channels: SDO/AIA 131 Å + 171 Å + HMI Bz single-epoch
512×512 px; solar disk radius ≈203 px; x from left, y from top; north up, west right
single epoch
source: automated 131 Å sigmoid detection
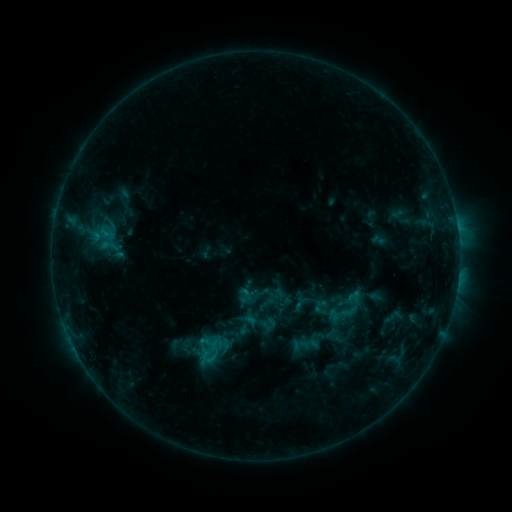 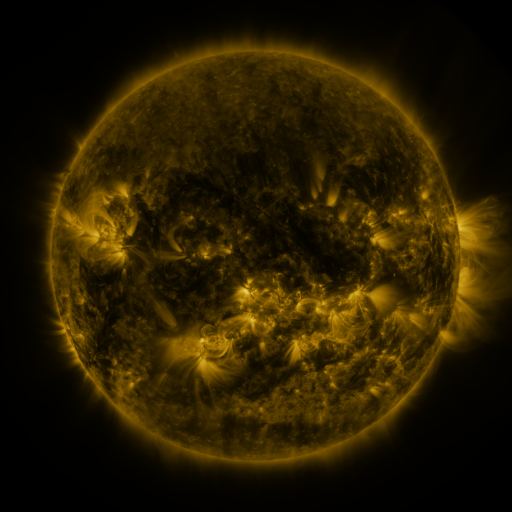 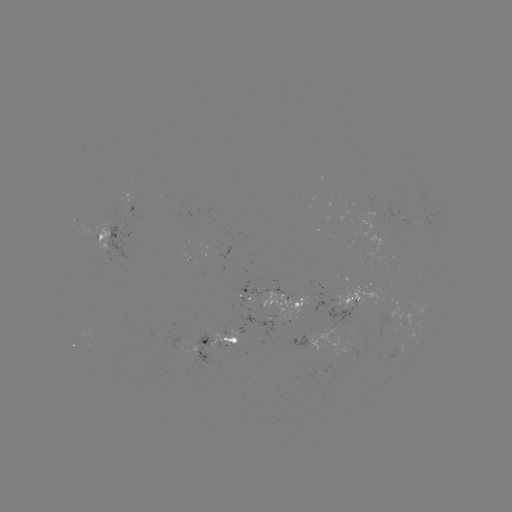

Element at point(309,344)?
sigmoid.